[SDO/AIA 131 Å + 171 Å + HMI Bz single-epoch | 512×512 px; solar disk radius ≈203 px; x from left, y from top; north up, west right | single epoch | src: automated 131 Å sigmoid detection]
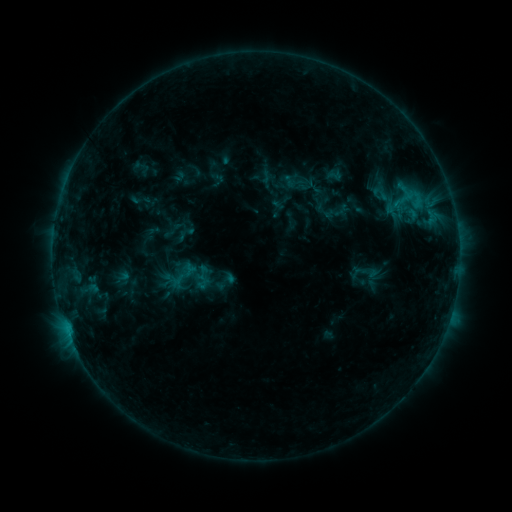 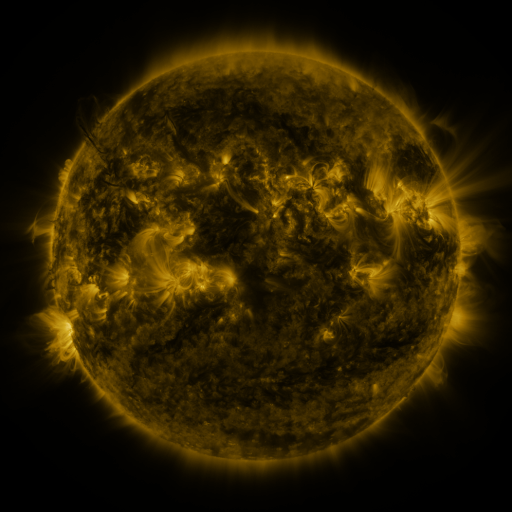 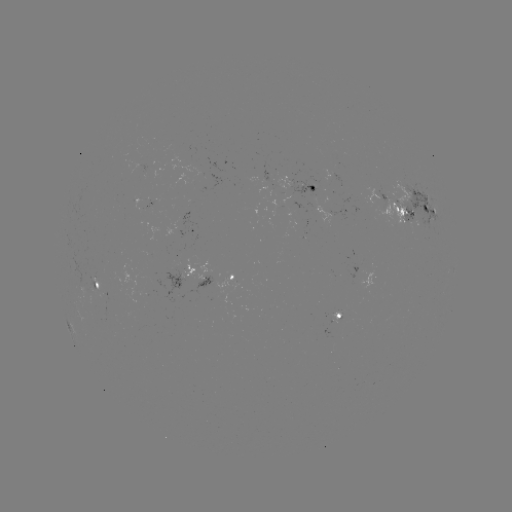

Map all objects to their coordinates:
sigmoid: (166, 261, 196, 288)
